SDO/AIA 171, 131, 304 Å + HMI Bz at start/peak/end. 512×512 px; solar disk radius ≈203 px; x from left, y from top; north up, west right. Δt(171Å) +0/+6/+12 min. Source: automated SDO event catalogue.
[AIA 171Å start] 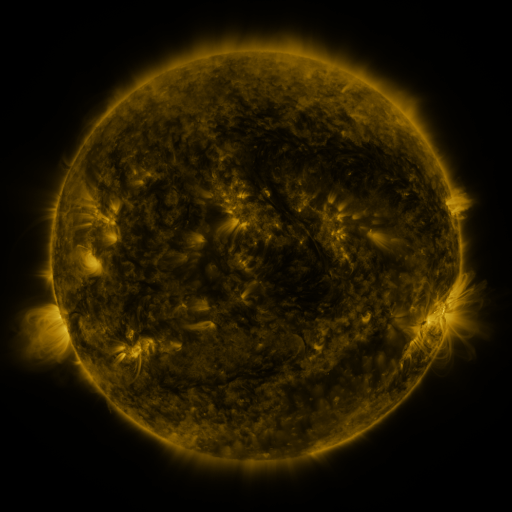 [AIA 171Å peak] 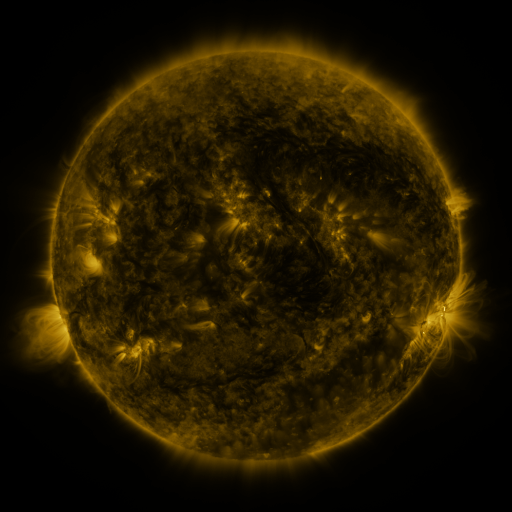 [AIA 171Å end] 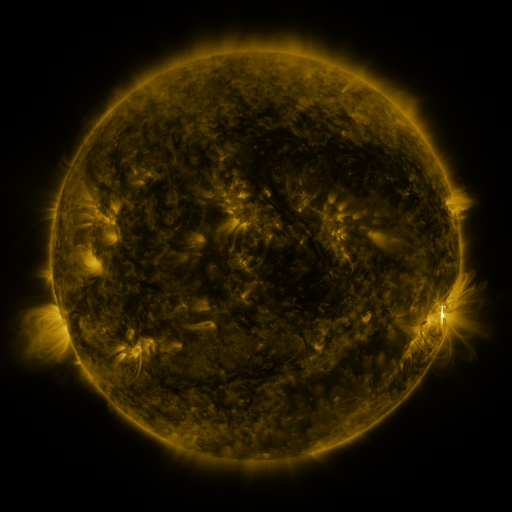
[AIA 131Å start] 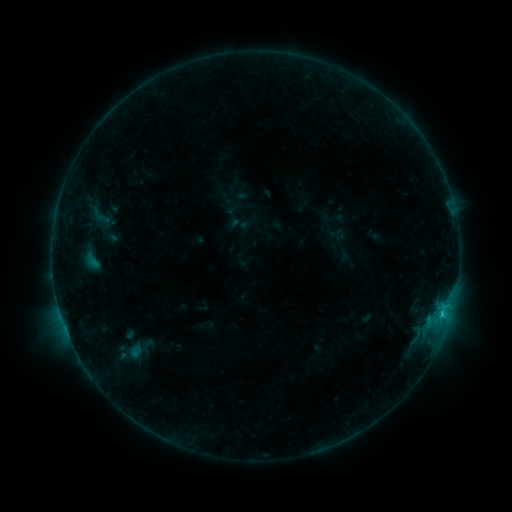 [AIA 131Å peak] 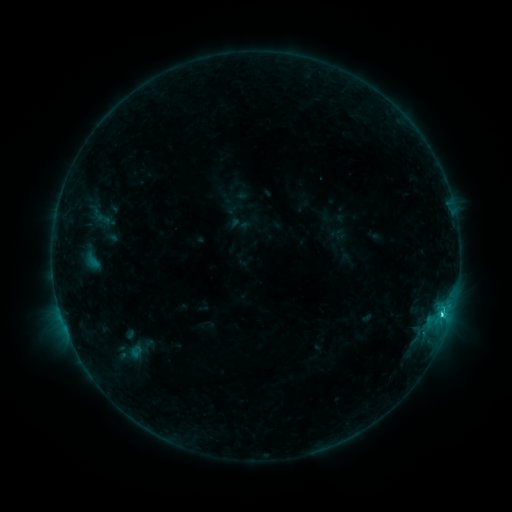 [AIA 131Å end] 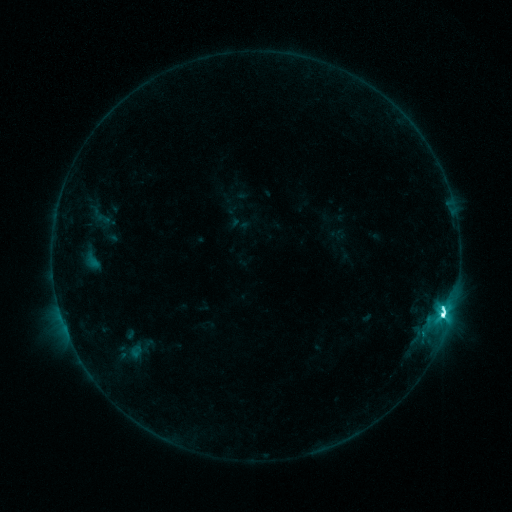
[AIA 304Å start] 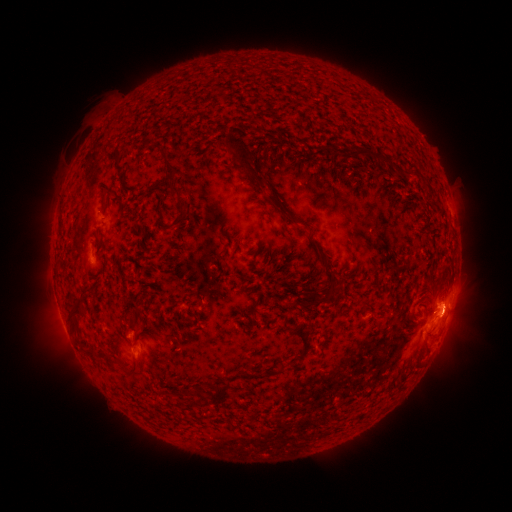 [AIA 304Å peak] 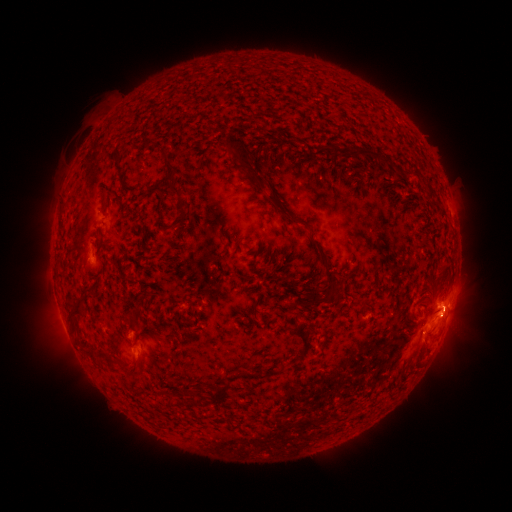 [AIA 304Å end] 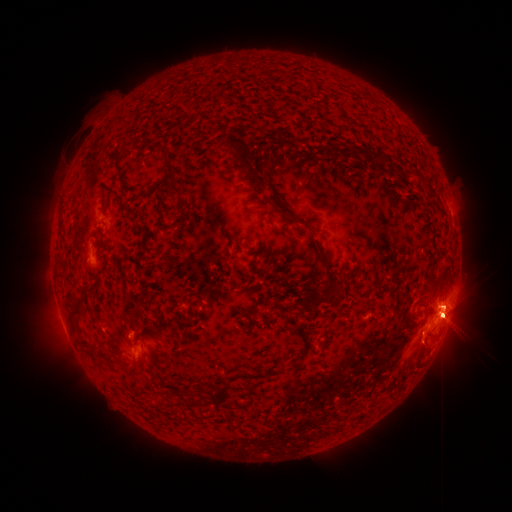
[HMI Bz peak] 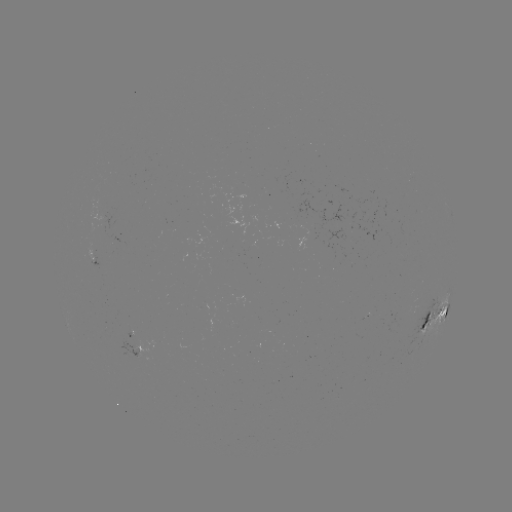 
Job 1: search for M2.1 flare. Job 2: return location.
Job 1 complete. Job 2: (441, 313).